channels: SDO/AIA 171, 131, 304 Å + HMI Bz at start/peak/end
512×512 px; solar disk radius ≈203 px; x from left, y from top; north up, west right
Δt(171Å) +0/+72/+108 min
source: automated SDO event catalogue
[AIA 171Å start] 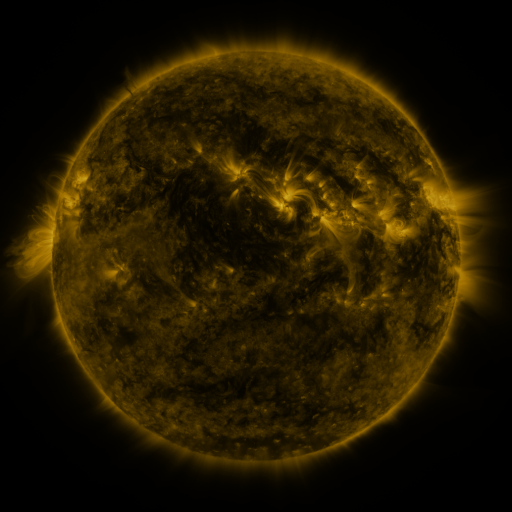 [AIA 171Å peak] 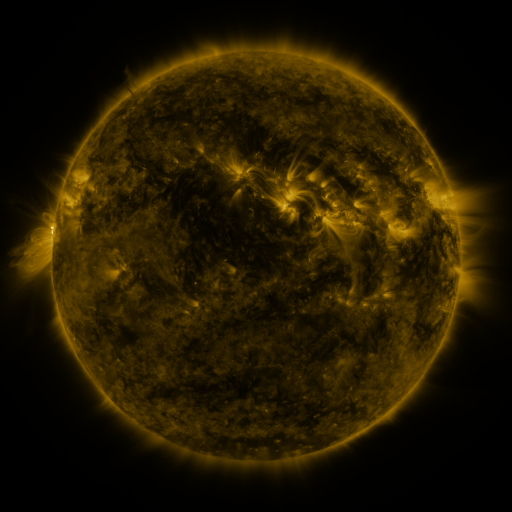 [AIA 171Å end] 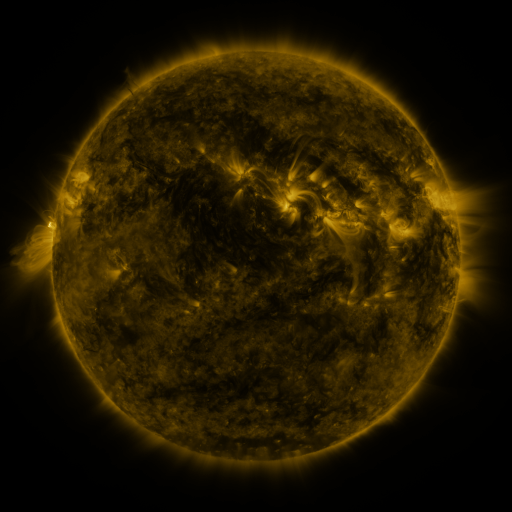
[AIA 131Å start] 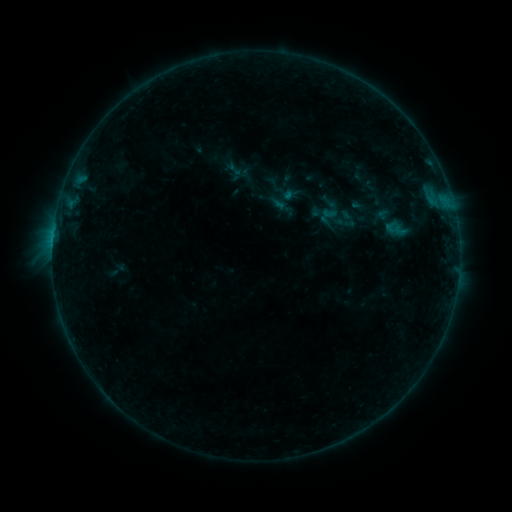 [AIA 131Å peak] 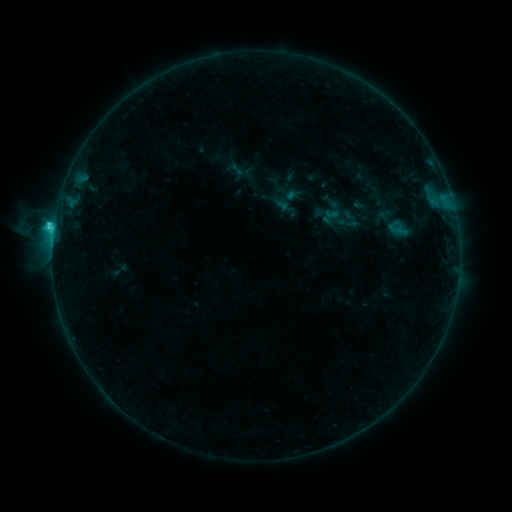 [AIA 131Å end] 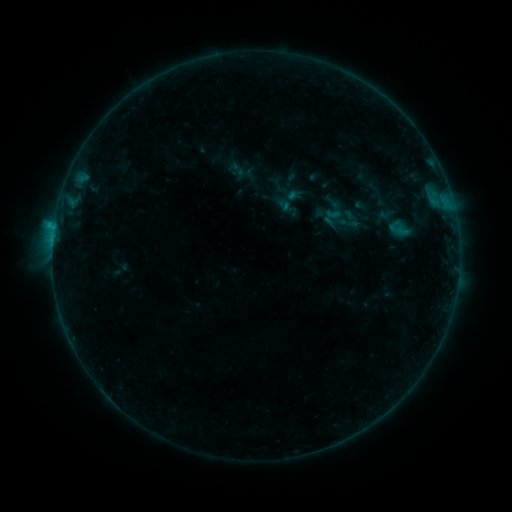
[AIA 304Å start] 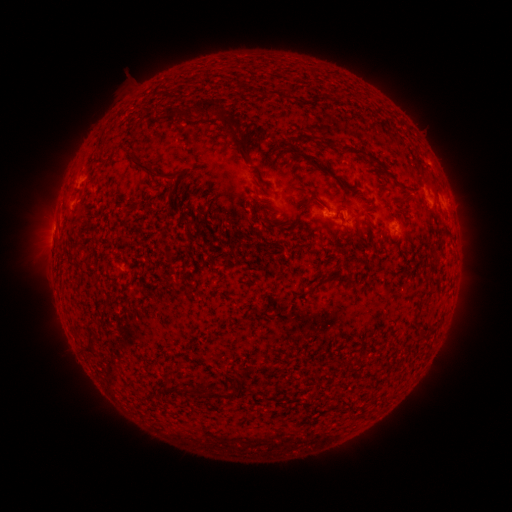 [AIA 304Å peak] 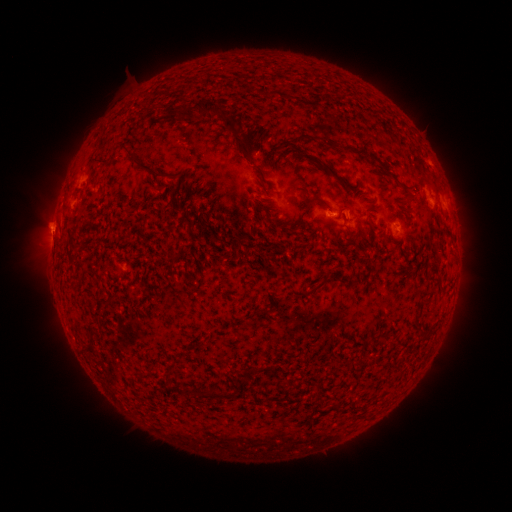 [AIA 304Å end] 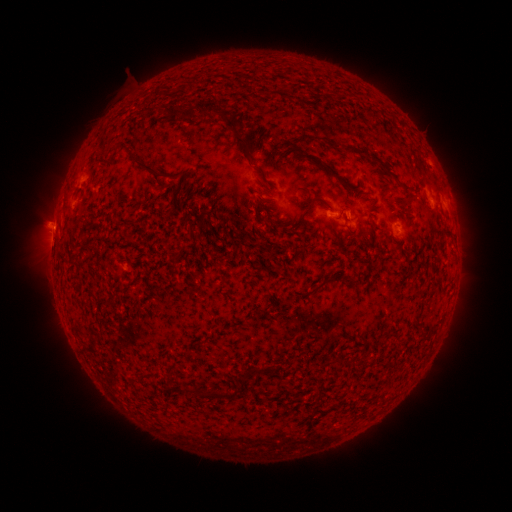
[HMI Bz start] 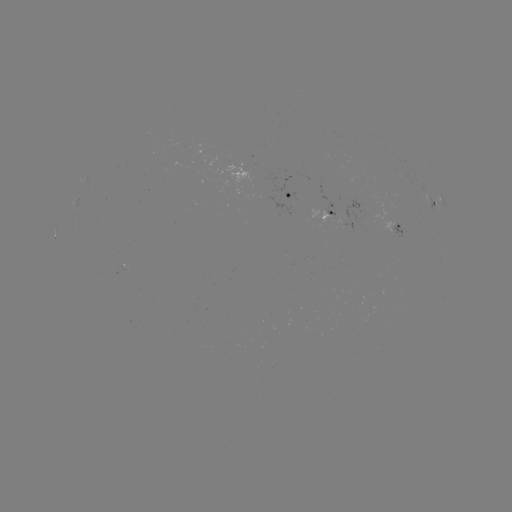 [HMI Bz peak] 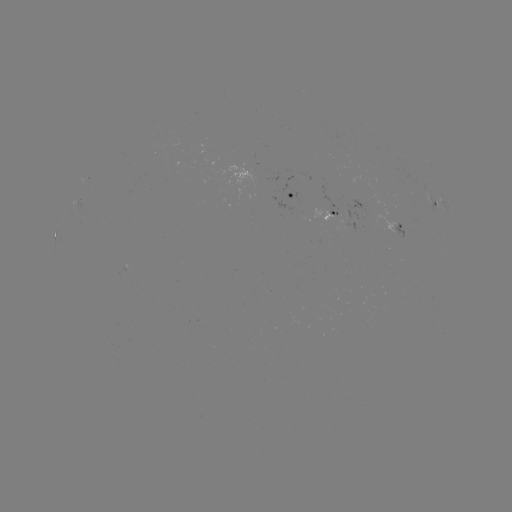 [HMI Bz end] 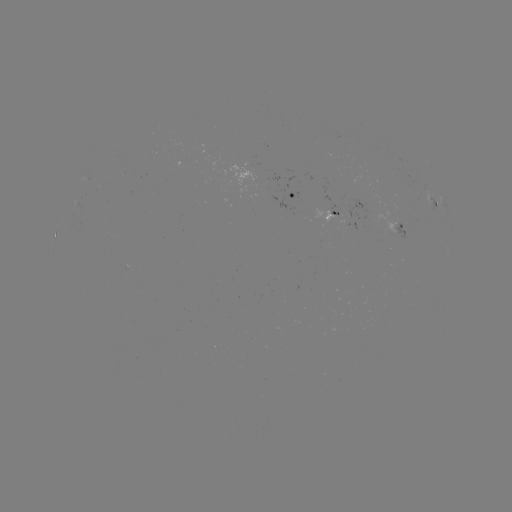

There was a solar emerging-flux region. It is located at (339, 212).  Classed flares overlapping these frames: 2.